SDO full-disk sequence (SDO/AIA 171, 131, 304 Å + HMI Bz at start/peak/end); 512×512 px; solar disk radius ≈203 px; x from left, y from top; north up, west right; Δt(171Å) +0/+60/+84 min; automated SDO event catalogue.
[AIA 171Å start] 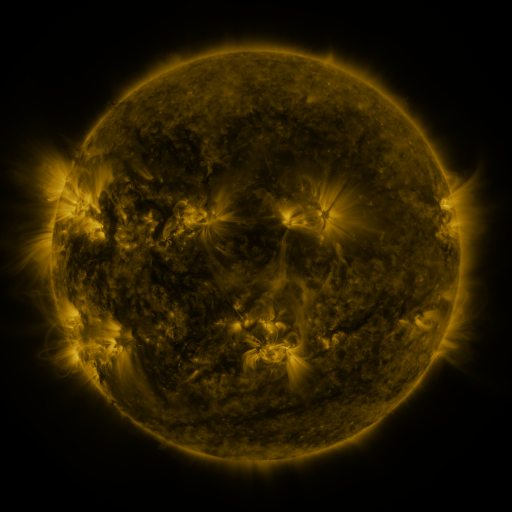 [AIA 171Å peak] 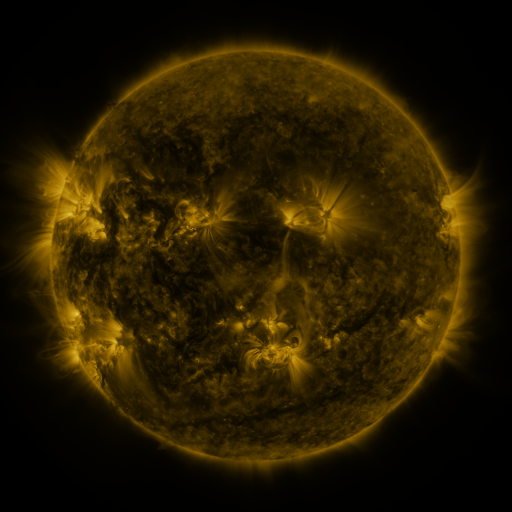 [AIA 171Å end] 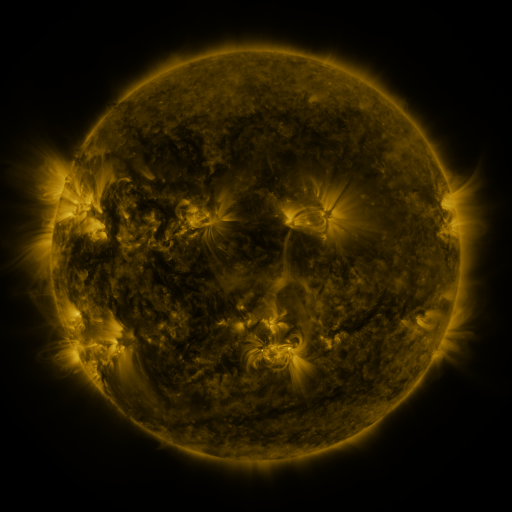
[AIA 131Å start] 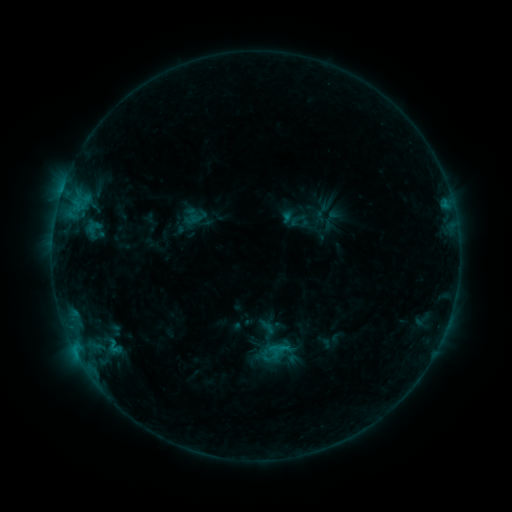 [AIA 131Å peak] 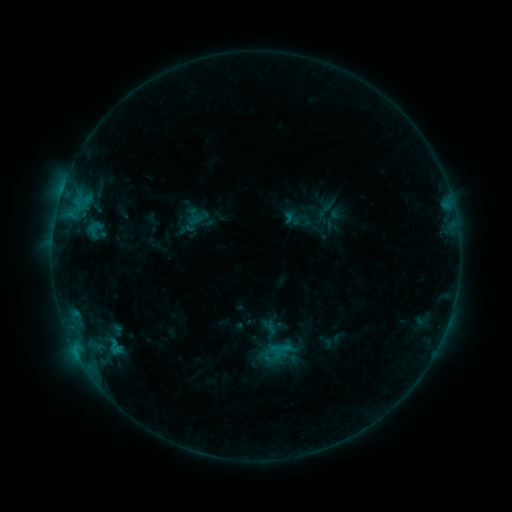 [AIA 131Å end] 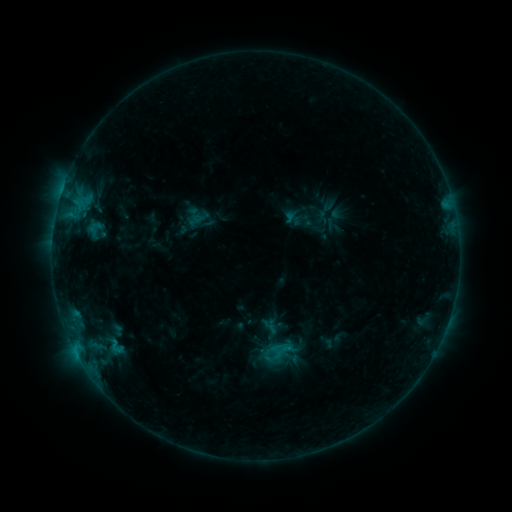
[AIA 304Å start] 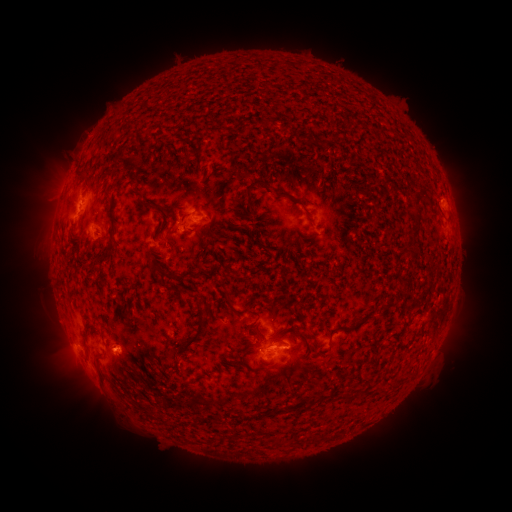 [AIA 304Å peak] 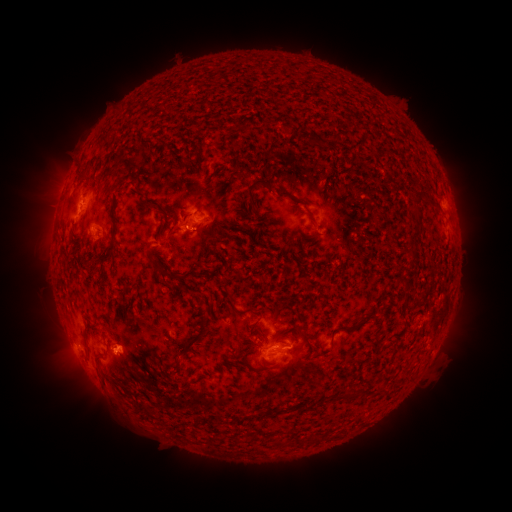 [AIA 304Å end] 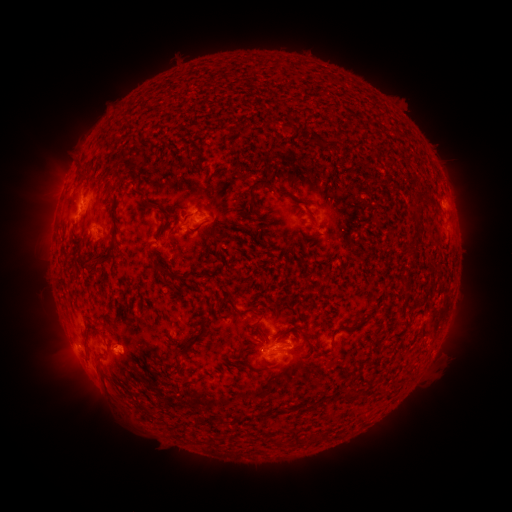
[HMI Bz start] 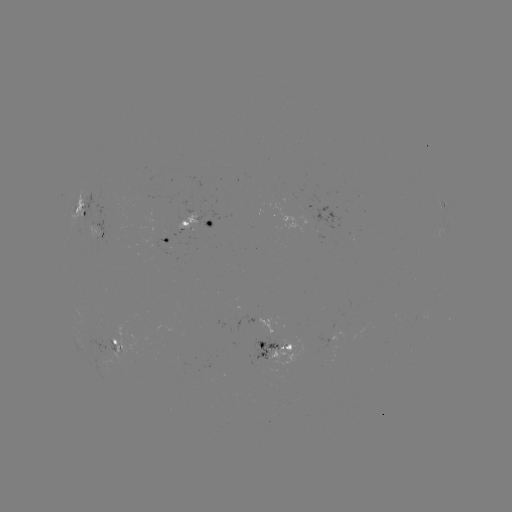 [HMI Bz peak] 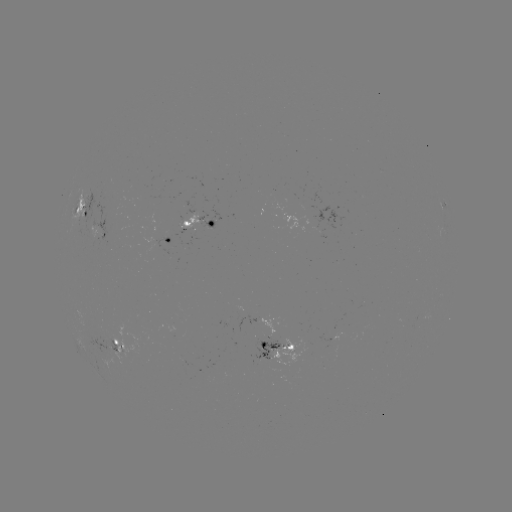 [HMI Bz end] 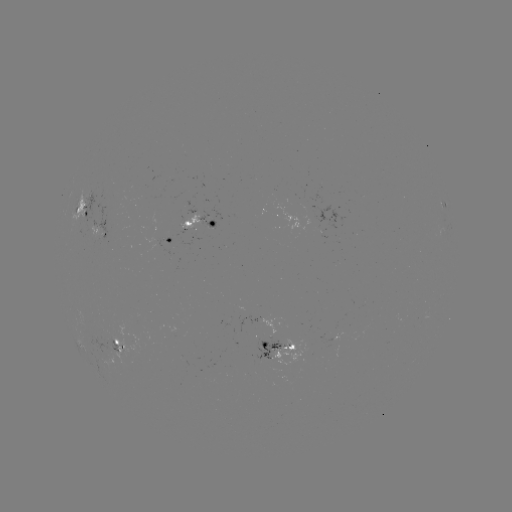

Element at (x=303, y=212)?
emerging-flux region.